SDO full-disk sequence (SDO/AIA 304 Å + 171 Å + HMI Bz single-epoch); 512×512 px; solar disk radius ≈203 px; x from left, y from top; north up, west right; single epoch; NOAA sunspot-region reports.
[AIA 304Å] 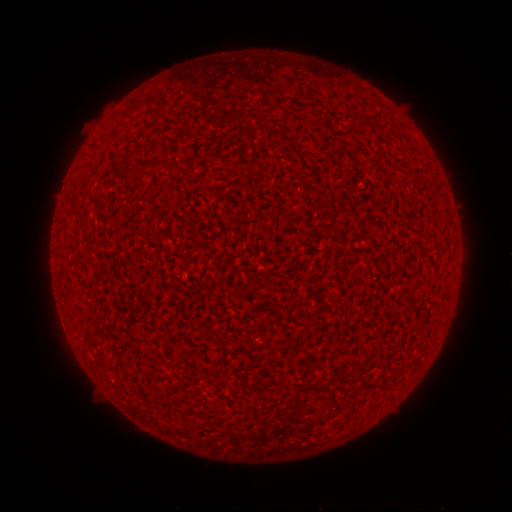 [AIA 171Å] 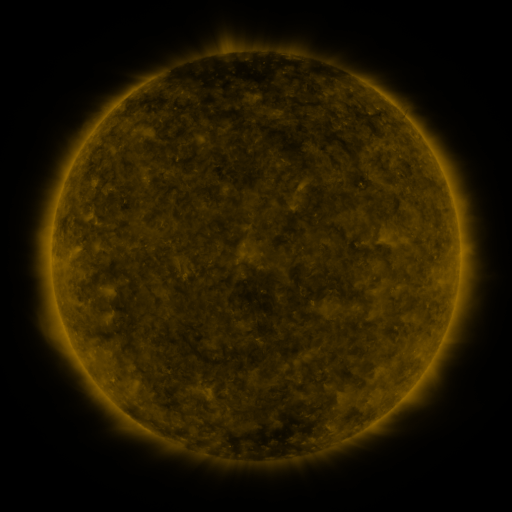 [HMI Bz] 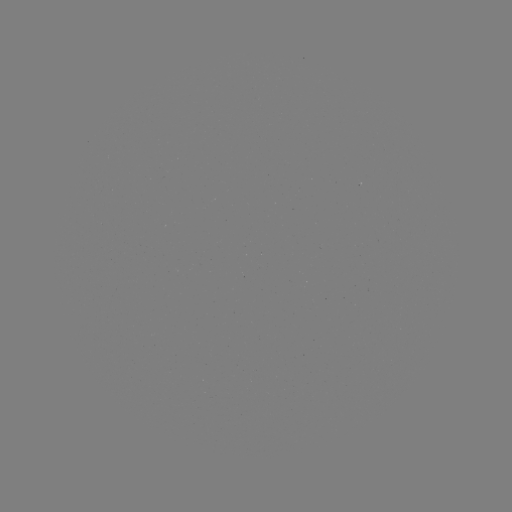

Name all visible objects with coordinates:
(none)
